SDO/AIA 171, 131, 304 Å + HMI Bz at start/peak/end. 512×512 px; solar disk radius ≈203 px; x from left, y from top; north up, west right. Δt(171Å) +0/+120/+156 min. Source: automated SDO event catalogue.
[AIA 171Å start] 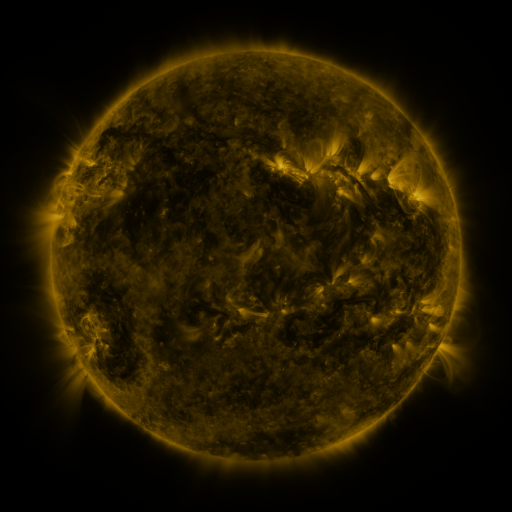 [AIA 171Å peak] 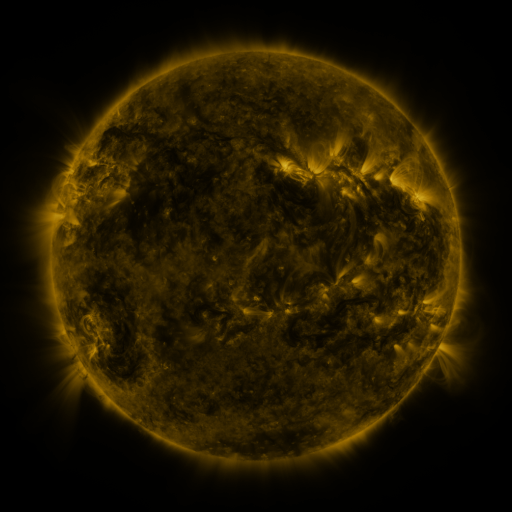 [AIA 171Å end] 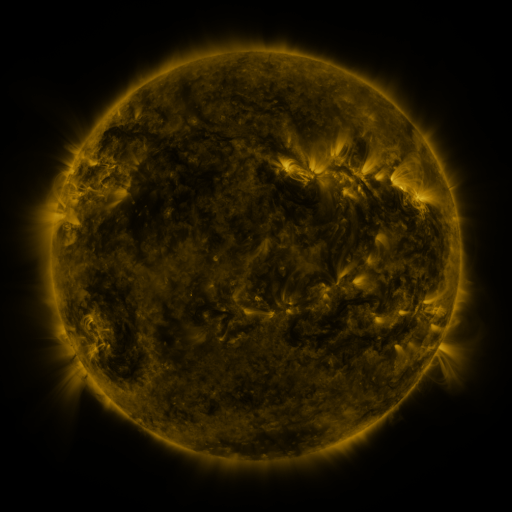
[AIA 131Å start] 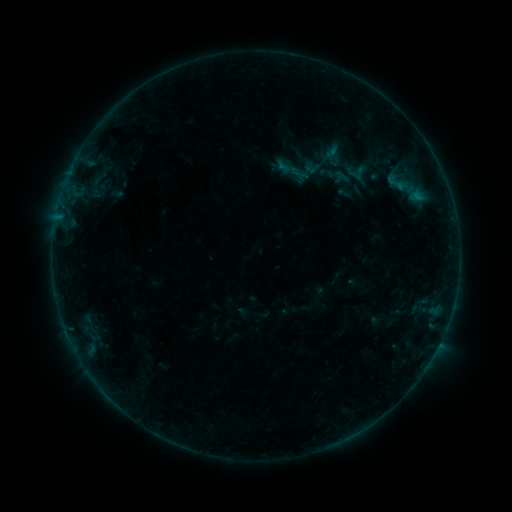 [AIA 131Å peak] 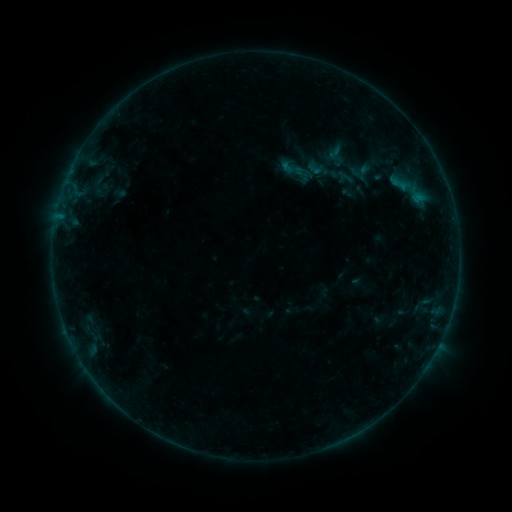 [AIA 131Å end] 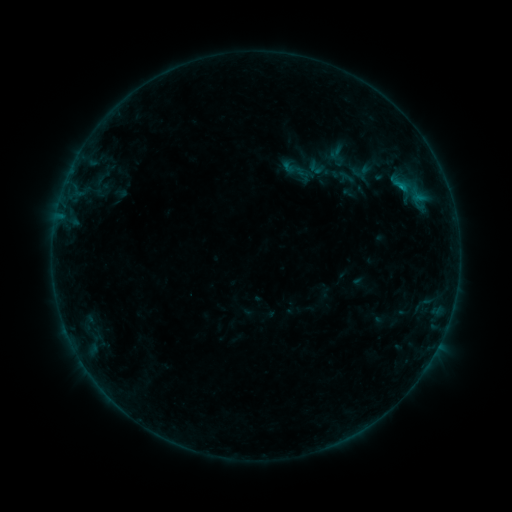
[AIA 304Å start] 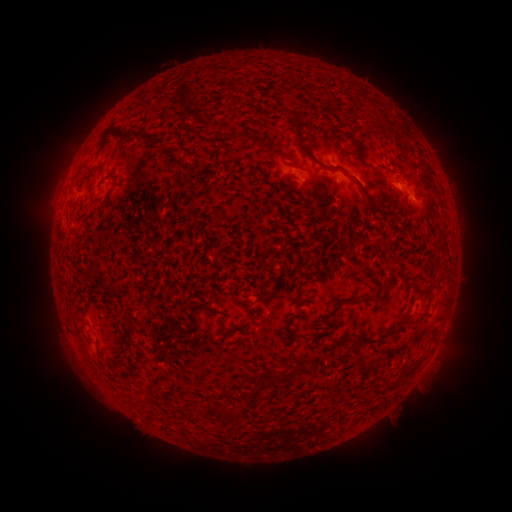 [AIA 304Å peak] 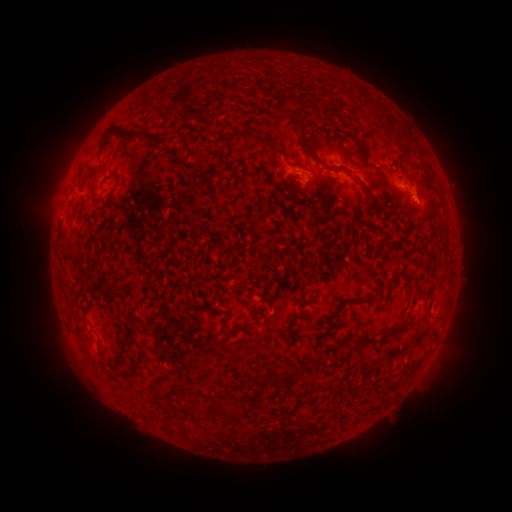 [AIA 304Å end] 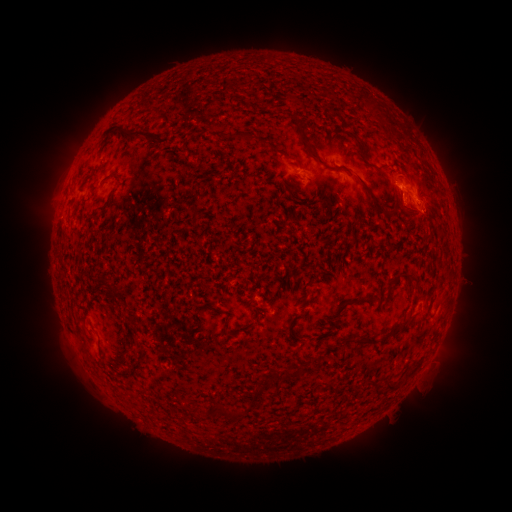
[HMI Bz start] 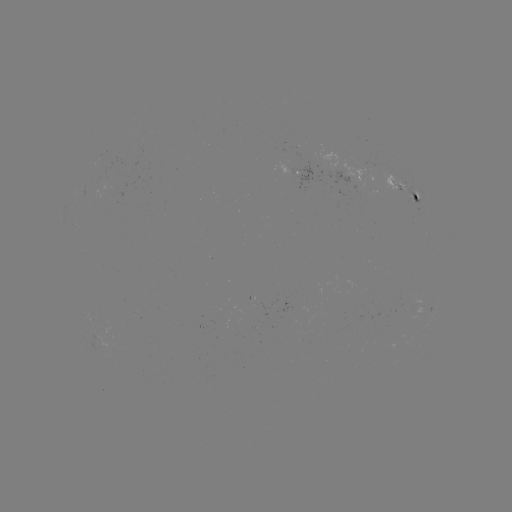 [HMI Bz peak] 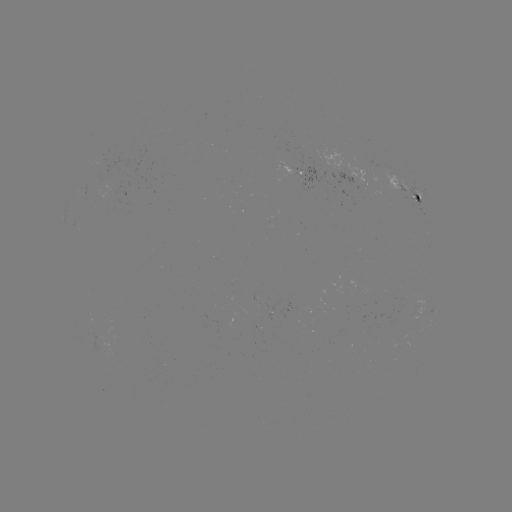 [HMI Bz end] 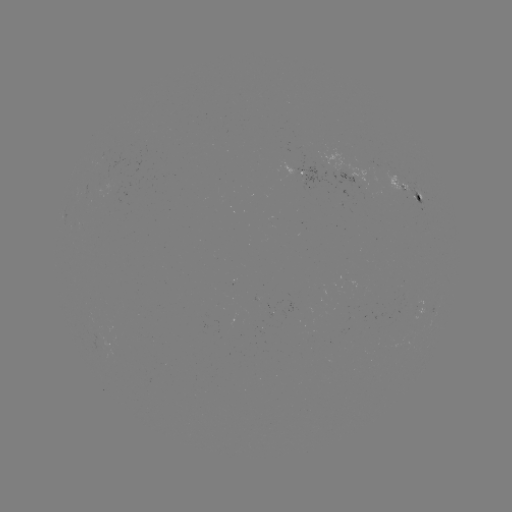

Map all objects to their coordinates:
emerging-flux region: (284, 163)
